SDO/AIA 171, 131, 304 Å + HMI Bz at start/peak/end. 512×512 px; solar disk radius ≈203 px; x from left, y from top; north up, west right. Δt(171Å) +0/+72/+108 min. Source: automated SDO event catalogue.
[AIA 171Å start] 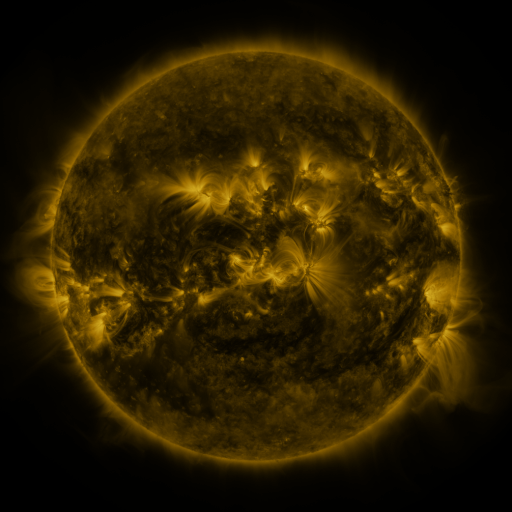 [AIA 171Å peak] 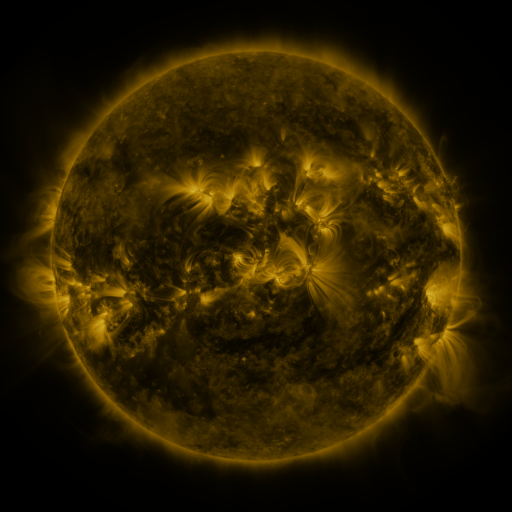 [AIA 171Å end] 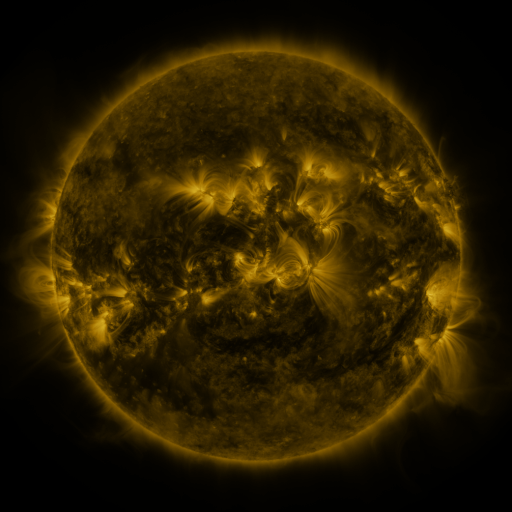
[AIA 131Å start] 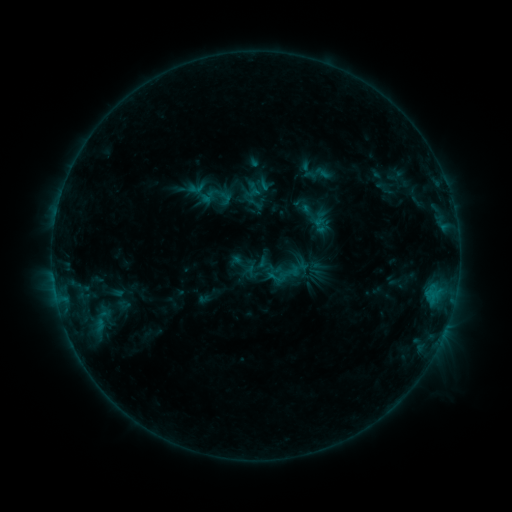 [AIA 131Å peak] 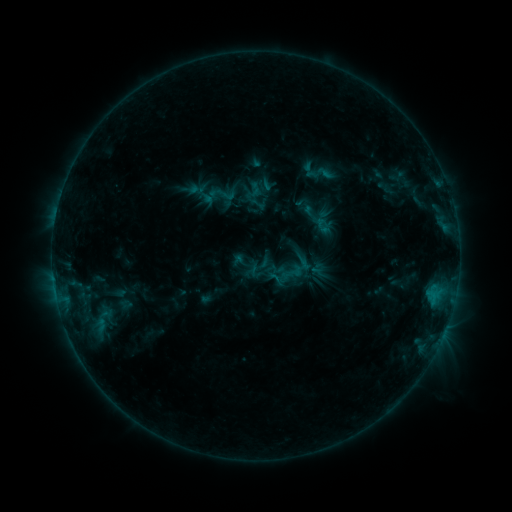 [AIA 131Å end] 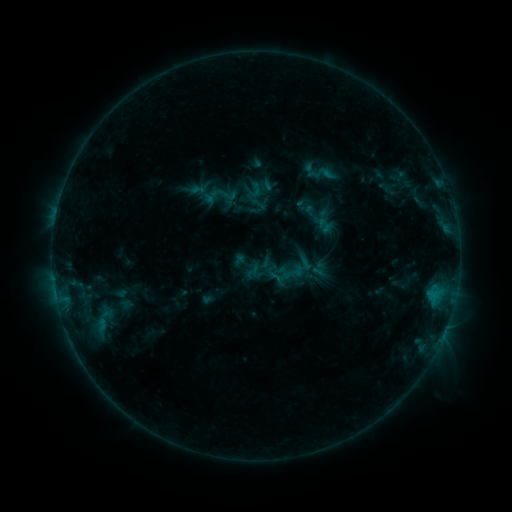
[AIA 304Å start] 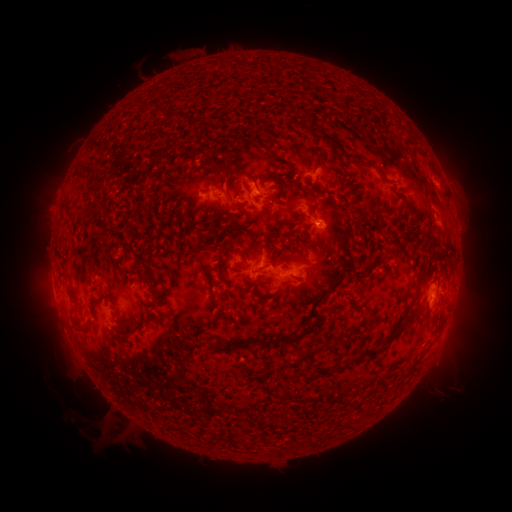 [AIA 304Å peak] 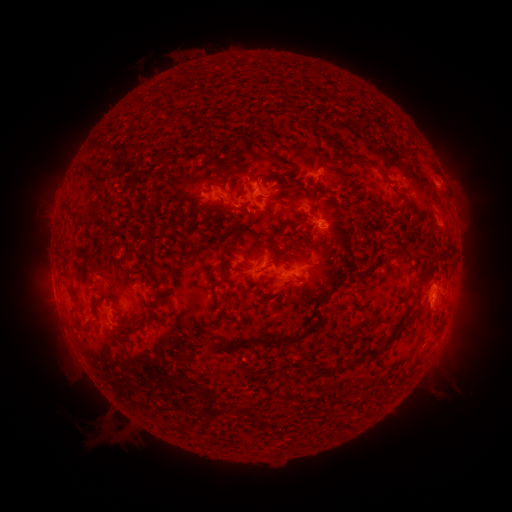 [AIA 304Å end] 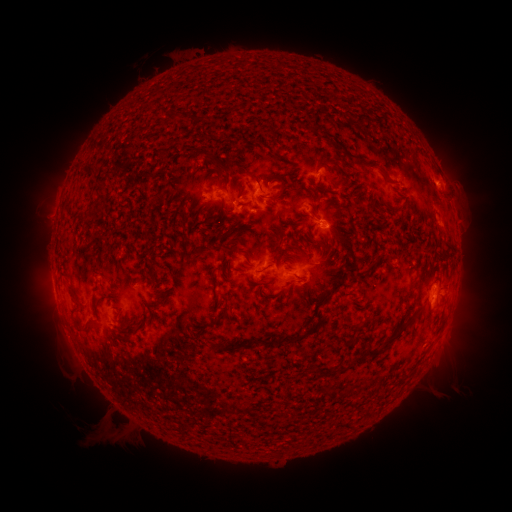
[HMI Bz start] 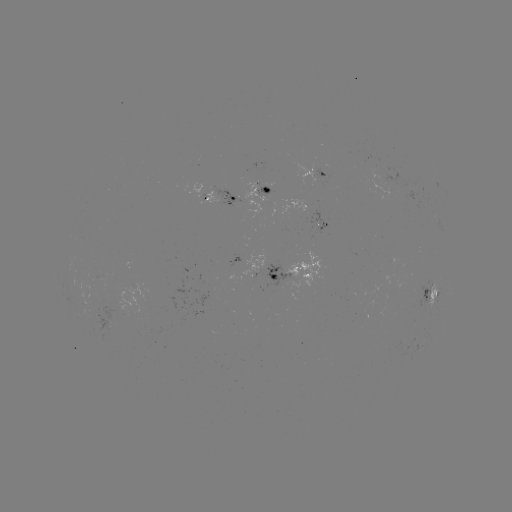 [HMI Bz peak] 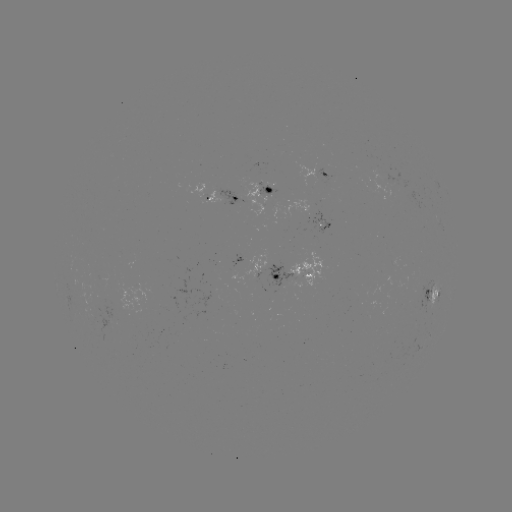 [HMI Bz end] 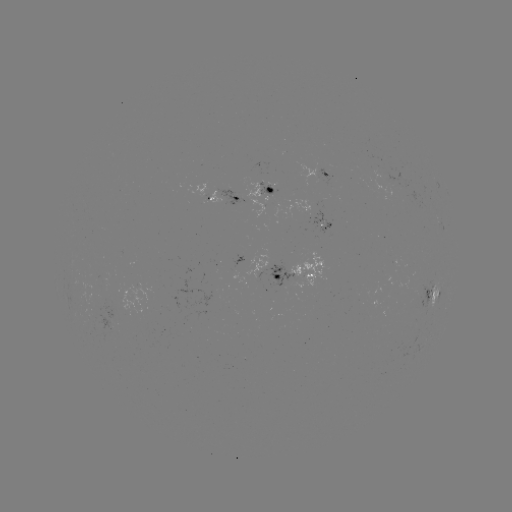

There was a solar emerging-flux region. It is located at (369, 191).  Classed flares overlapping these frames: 1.